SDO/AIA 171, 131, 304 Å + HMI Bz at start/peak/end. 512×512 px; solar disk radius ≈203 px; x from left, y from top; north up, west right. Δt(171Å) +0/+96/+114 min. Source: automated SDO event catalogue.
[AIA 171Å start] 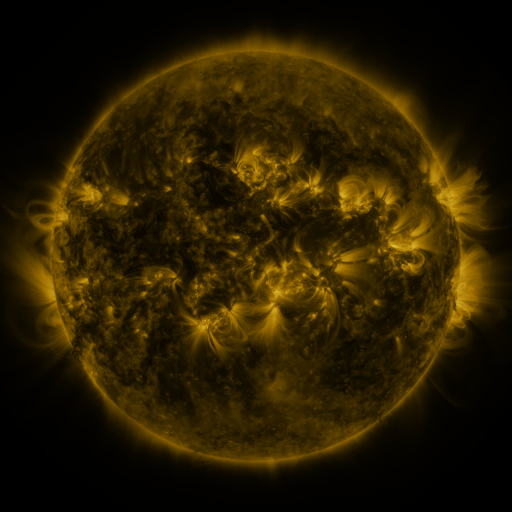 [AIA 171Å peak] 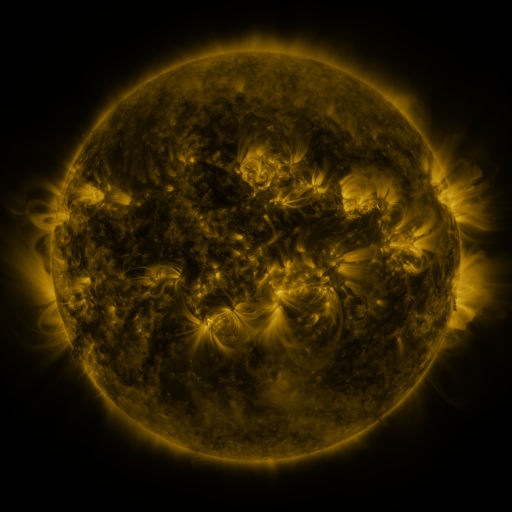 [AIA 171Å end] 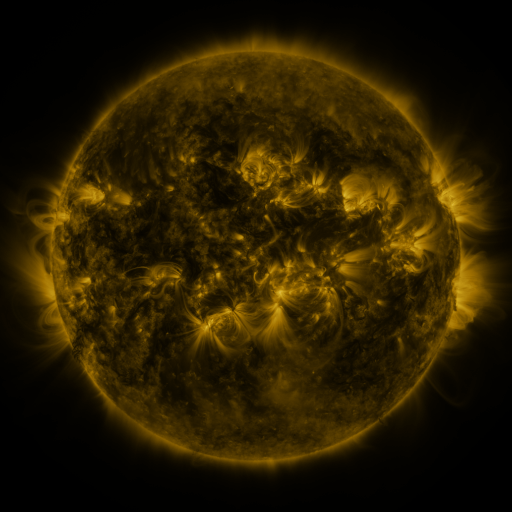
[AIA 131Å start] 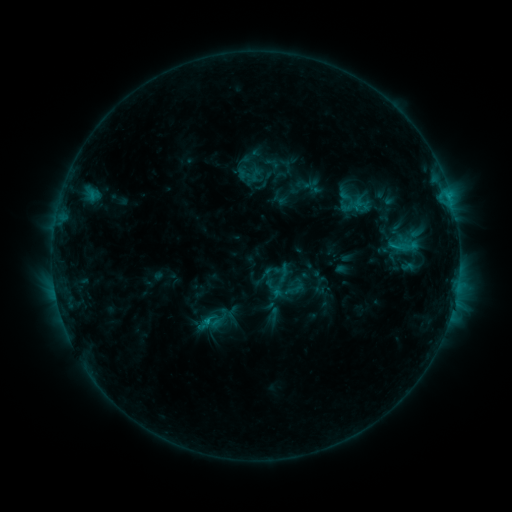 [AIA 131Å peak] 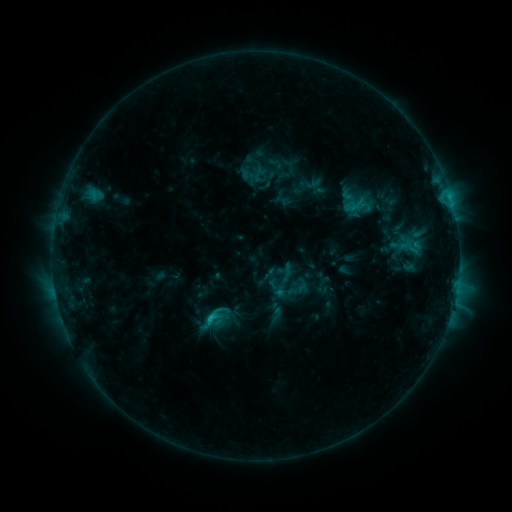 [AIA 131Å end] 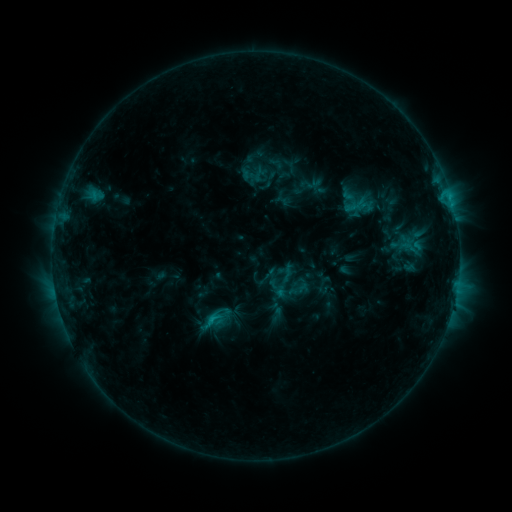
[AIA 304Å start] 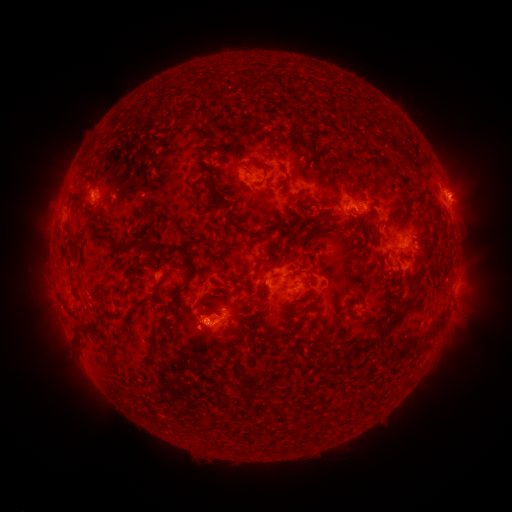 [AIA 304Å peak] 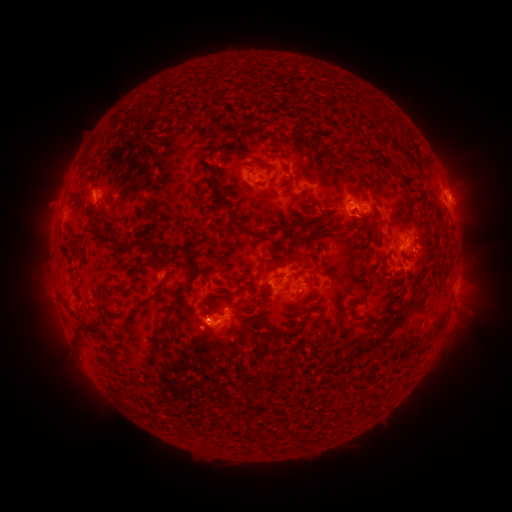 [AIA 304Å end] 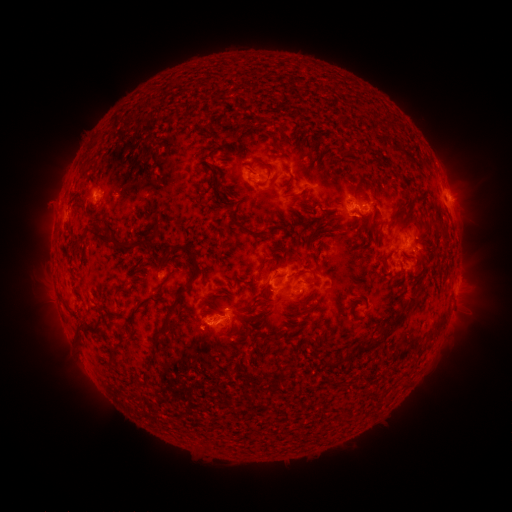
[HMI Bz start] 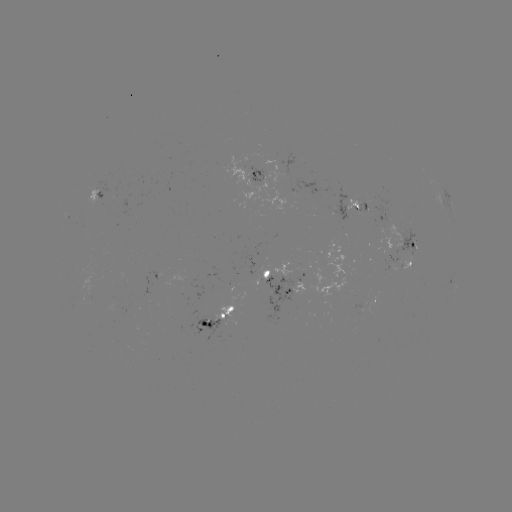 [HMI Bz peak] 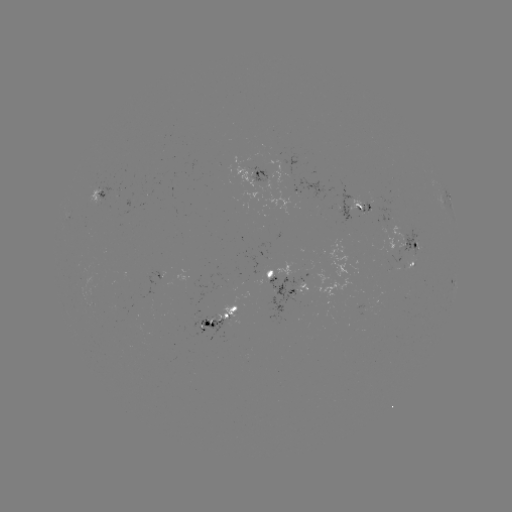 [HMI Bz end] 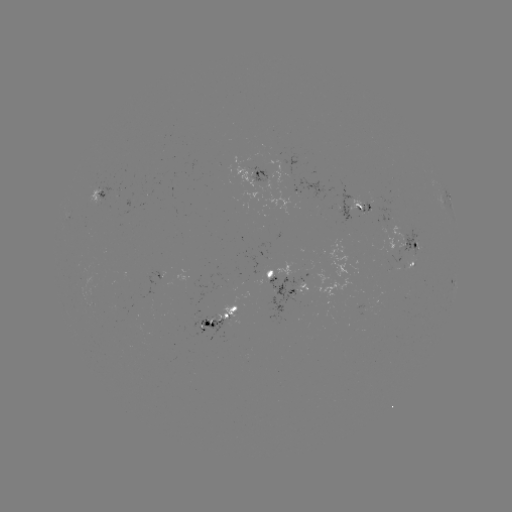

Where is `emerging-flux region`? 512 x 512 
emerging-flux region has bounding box [333, 180, 354, 223].